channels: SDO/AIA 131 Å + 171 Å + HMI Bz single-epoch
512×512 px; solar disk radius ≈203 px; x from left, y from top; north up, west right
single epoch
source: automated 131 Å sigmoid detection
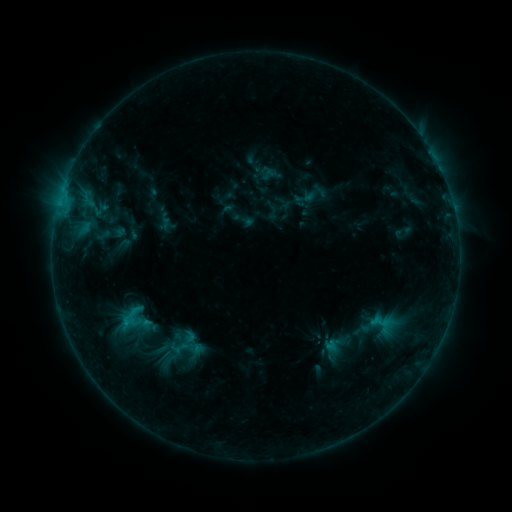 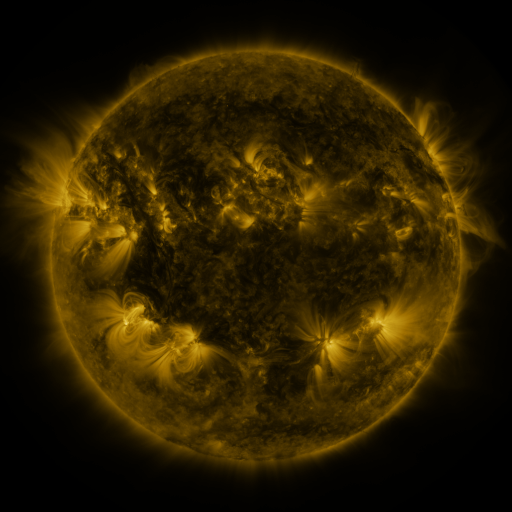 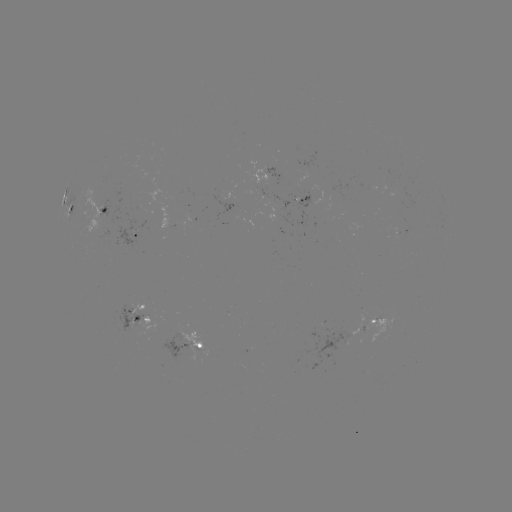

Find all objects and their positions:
sigmoid: <bbox>162, 334, 198, 360</bbox>
